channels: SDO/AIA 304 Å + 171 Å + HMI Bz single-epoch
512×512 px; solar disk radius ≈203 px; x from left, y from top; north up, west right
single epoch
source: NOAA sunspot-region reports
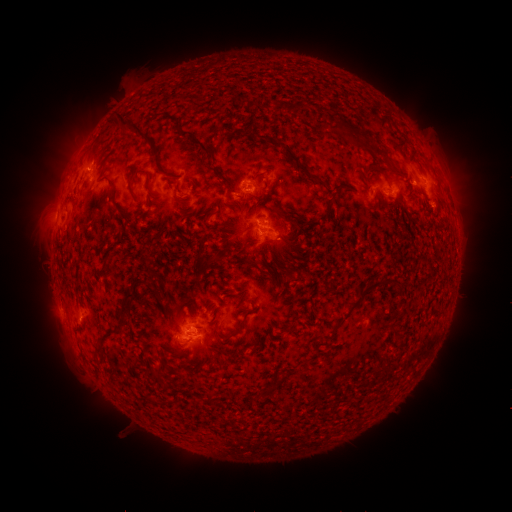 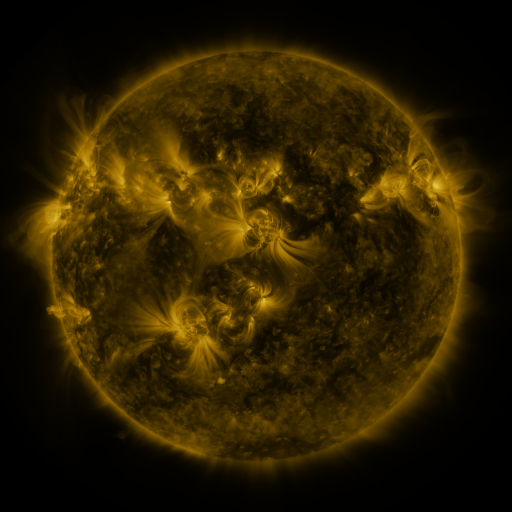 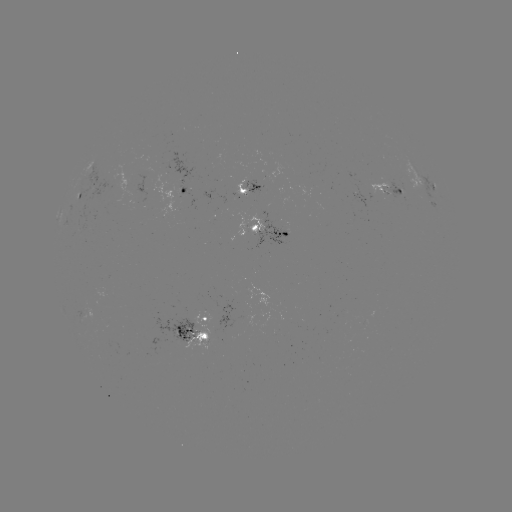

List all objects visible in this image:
spotted active region: (252, 188)
spotted active region: (392, 190)
spotted active region: (434, 190)
spotted active region: (189, 194)
spotted active region: (79, 197)
spotted active region: (277, 229)
spotted active region: (203, 334)
